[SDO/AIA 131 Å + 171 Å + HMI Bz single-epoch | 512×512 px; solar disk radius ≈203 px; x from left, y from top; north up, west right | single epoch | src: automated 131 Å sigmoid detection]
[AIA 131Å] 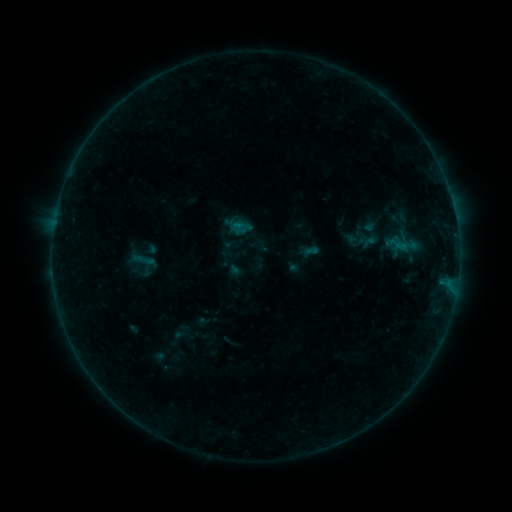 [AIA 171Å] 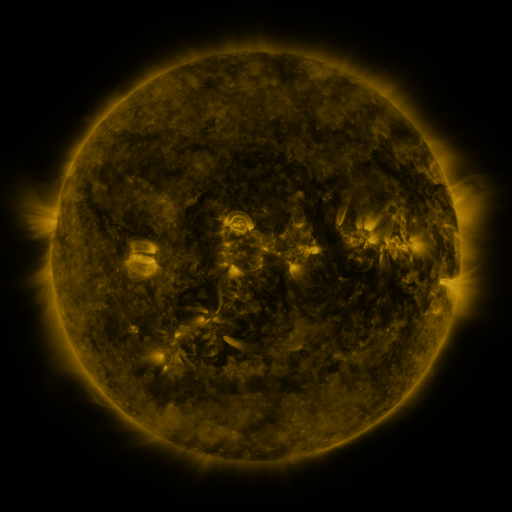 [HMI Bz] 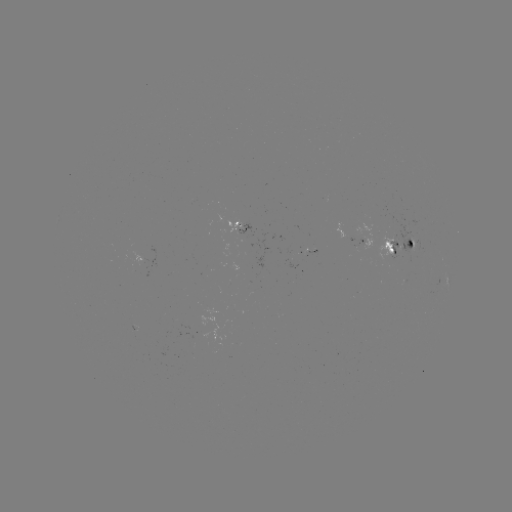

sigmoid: [136, 249, 155, 271]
